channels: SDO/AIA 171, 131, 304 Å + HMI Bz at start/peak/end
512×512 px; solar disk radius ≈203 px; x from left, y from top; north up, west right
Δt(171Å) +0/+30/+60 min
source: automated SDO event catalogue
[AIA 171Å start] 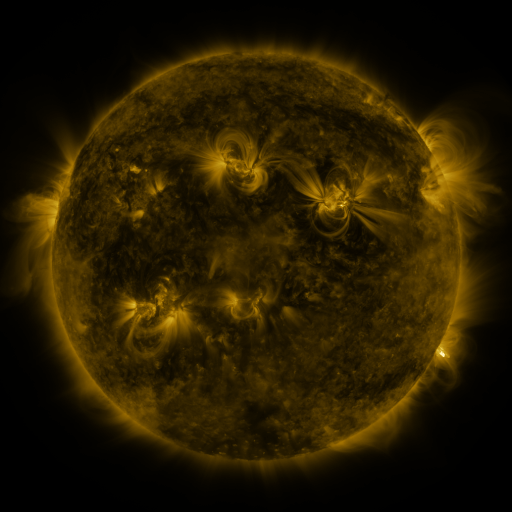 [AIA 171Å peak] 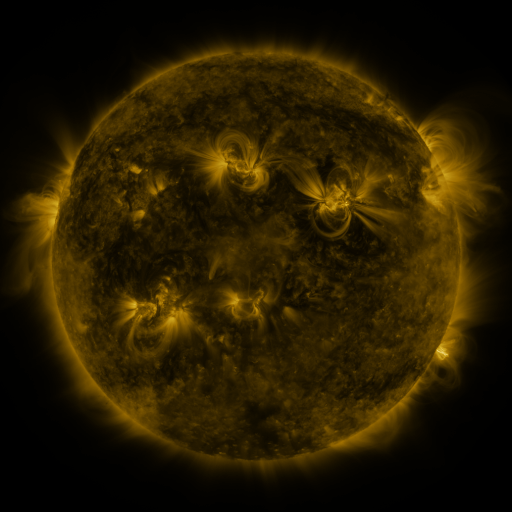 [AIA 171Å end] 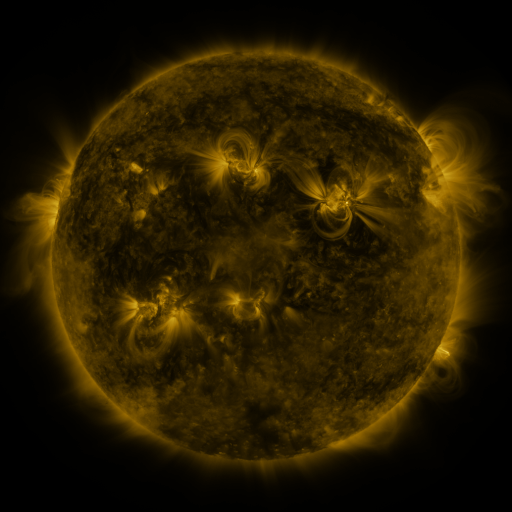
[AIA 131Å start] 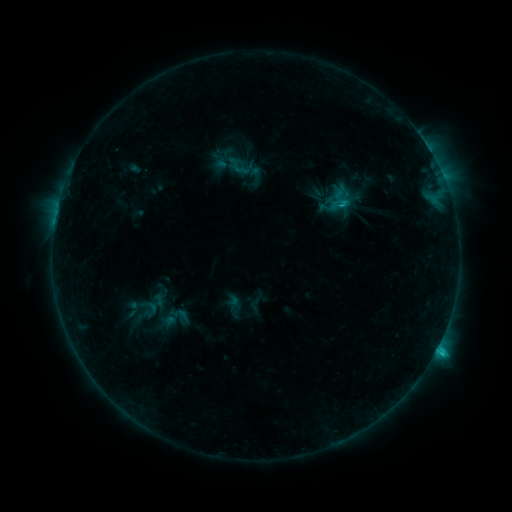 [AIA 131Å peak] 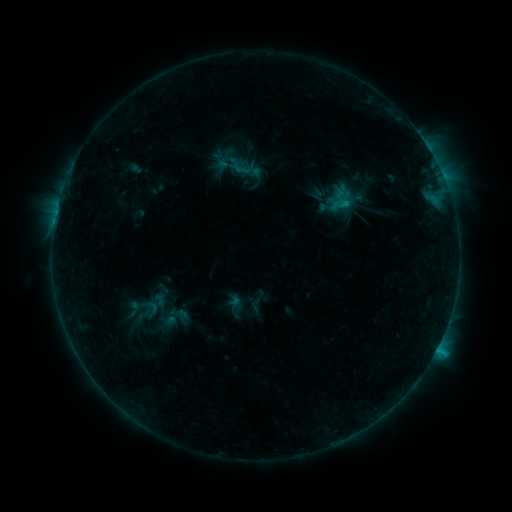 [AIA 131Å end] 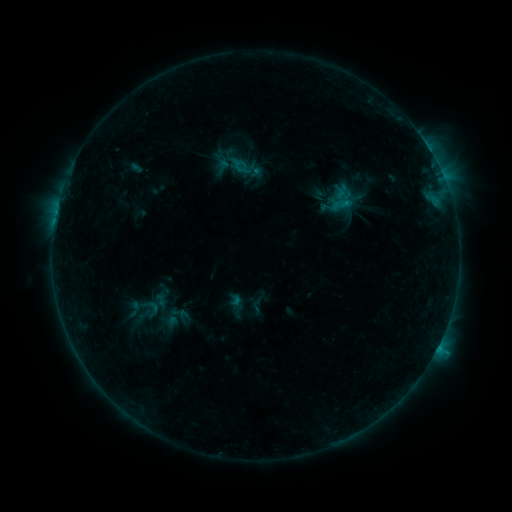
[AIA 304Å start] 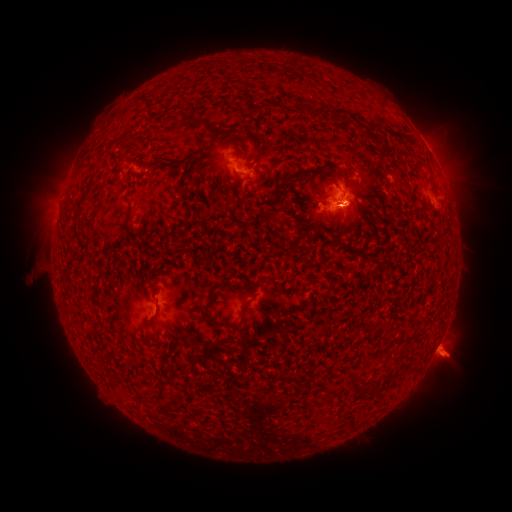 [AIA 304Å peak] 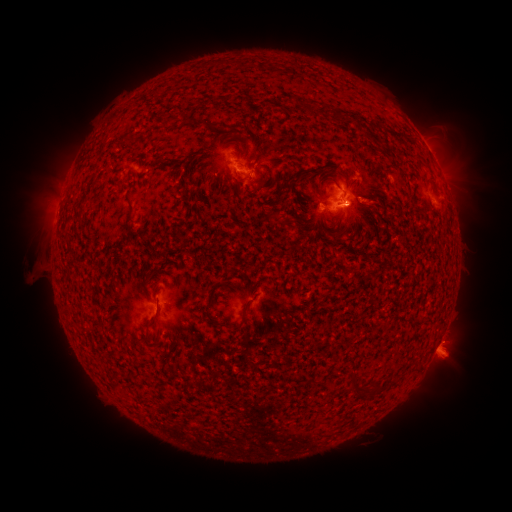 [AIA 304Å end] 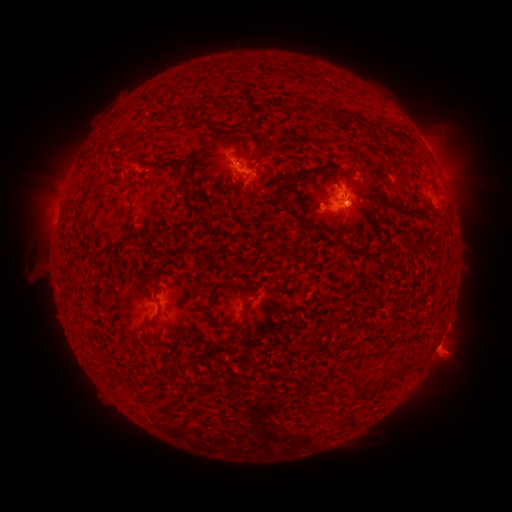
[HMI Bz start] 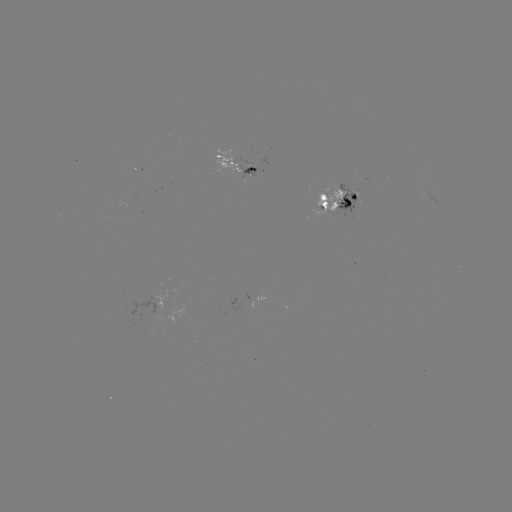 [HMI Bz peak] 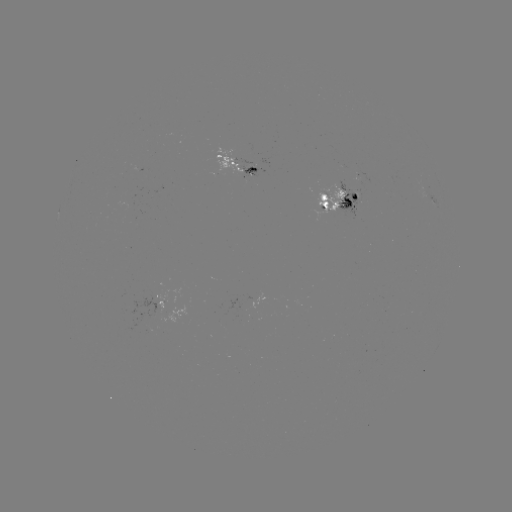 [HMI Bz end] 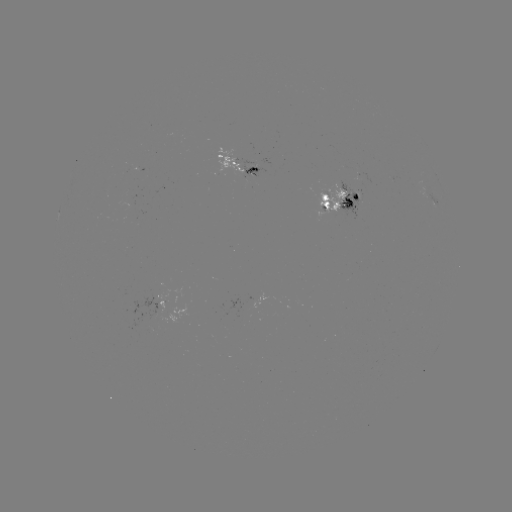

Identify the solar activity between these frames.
emerging-flux region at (337, 193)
